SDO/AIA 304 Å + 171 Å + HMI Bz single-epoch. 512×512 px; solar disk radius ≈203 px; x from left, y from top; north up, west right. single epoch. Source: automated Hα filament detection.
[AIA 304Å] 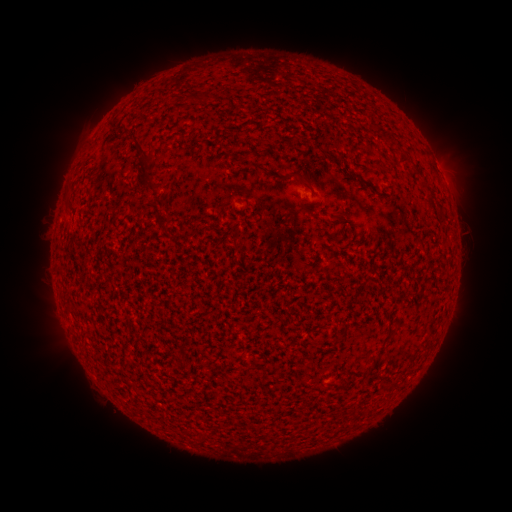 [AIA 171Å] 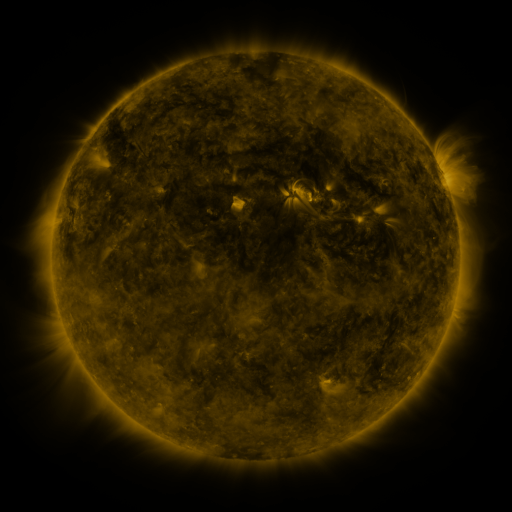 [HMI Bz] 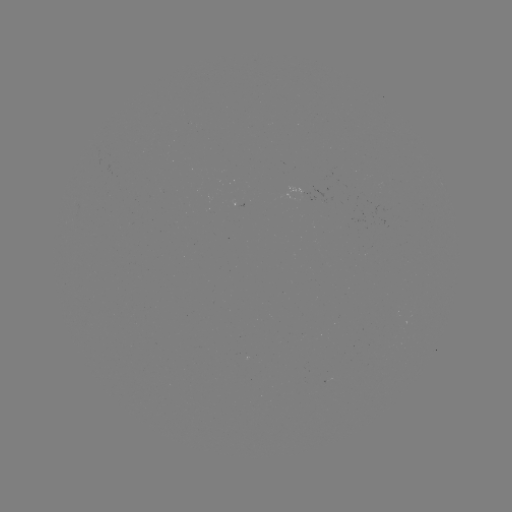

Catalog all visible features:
filament: <bbox>183, 95, 199, 105</bbox>
filament: <bbox>132, 138, 160, 192</bbox>
filament: <bbox>396, 150, 408, 164</bbox>
filament: <bbox>374, 162, 383, 171</bbox>
filament: <bbox>347, 169, 358, 179</bbox>
filament: <bbox>280, 171, 311, 189</bbox>
filament: <bbox>426, 188, 436, 201</bbox>
filament: <bbox>302, 199, 310, 211</bbox>
filament: <bbox>331, 212, 343, 222</bbox>
